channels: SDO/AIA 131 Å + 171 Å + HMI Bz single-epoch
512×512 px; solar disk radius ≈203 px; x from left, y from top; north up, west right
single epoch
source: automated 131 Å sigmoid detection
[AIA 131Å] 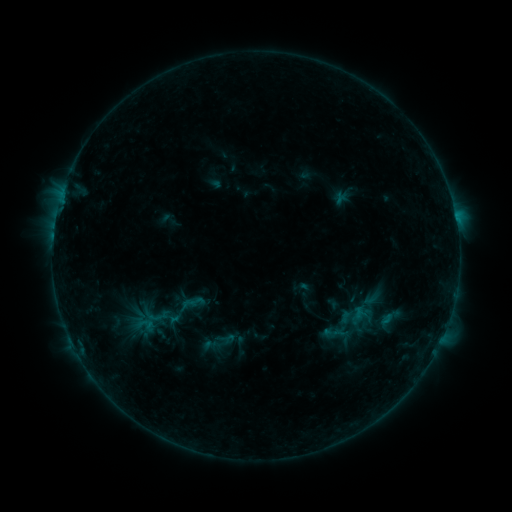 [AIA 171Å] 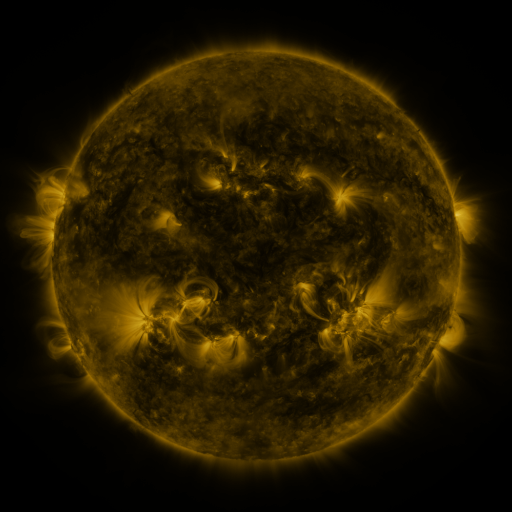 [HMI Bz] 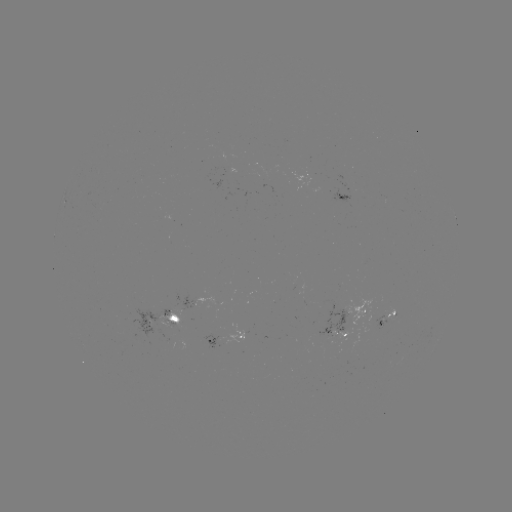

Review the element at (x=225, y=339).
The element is sigmoid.